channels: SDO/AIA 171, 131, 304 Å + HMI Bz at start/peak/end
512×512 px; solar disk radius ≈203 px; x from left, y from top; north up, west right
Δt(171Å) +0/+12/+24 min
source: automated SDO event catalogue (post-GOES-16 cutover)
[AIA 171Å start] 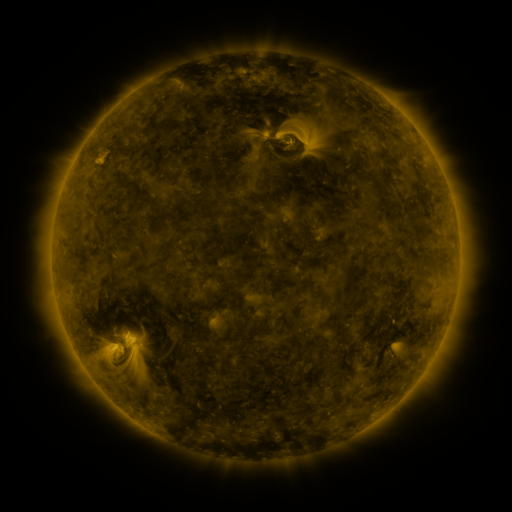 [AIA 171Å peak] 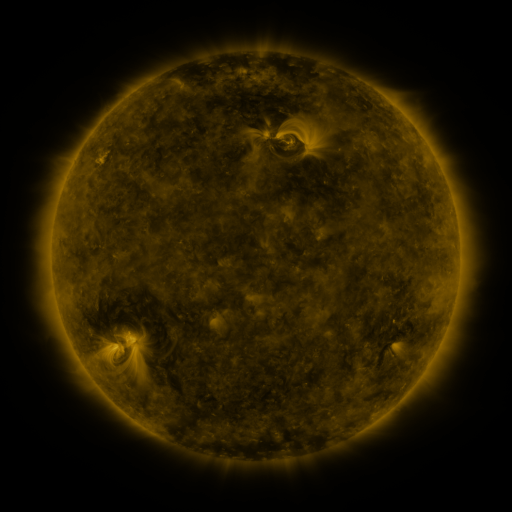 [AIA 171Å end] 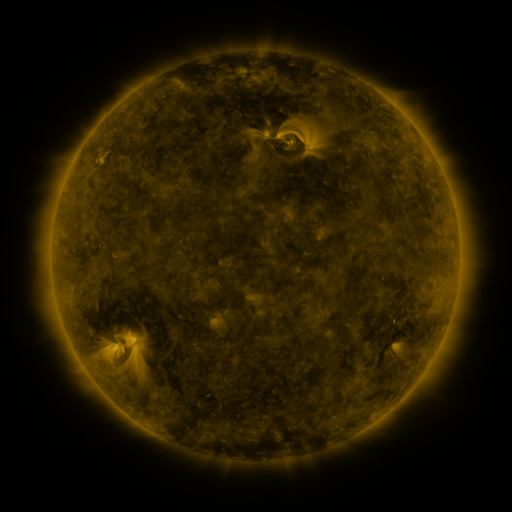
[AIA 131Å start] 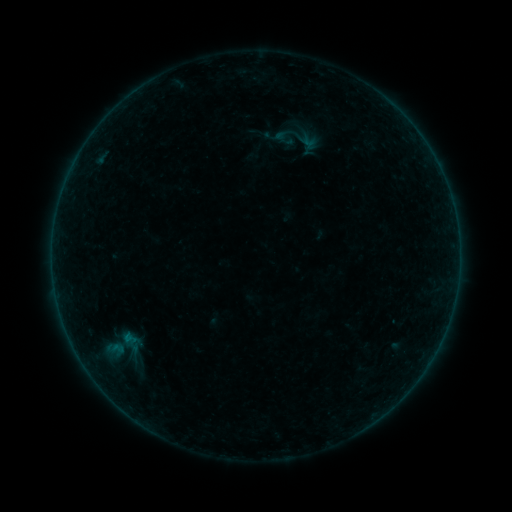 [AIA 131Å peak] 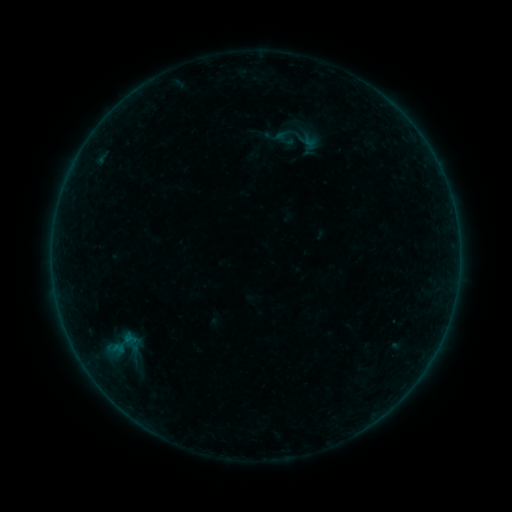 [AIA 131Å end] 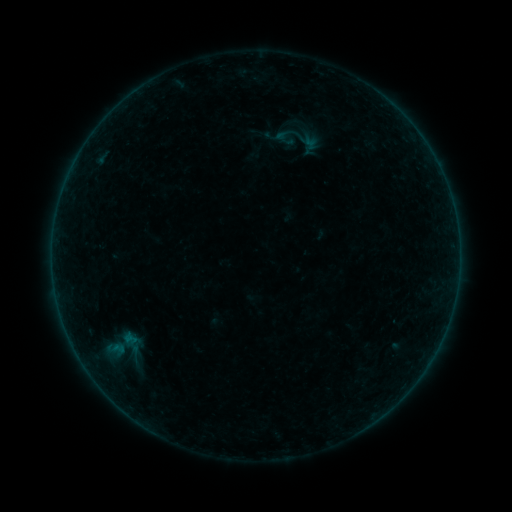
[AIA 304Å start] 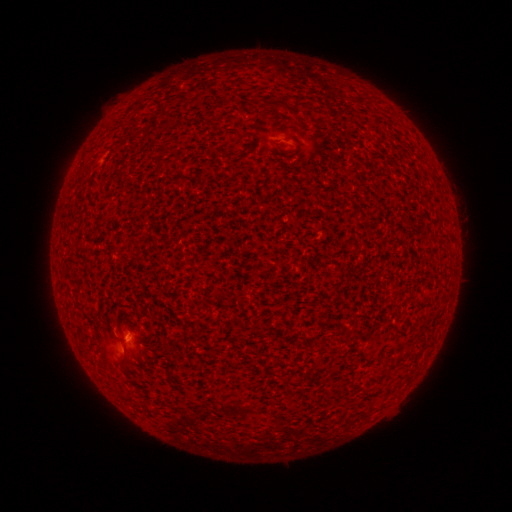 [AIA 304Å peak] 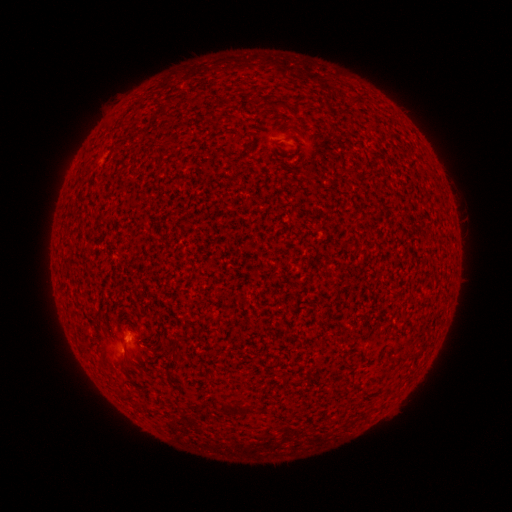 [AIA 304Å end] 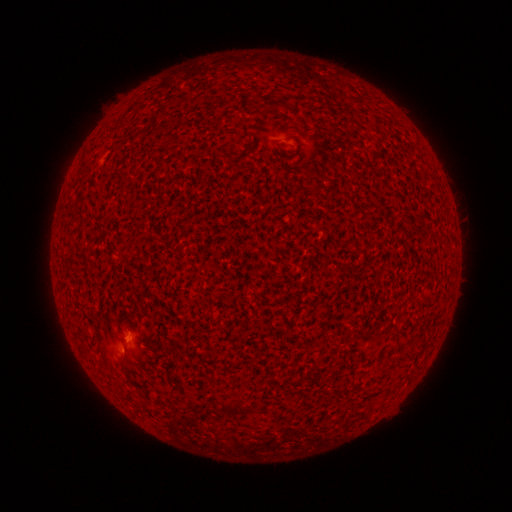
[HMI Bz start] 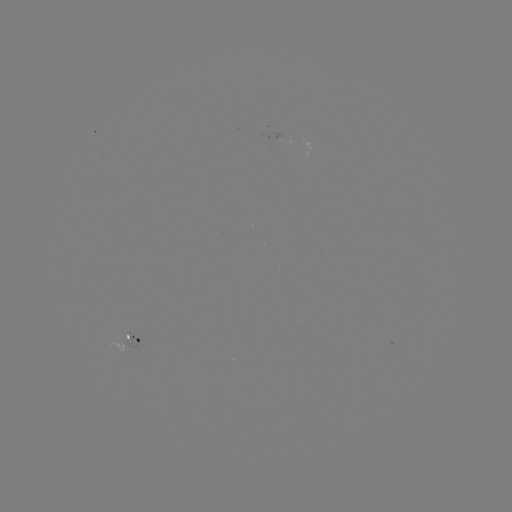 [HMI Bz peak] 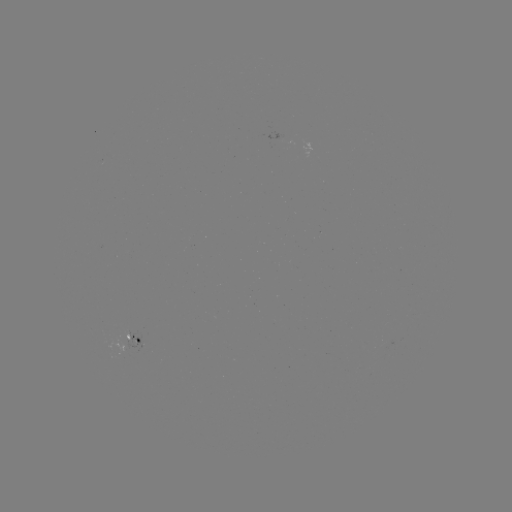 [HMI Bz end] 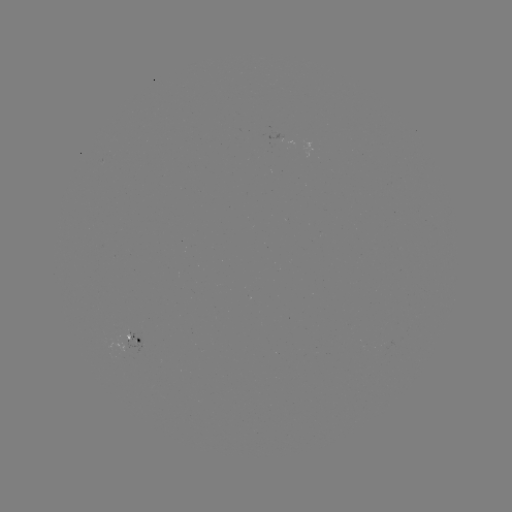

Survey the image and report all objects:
B1.1 flare: (121, 348)
